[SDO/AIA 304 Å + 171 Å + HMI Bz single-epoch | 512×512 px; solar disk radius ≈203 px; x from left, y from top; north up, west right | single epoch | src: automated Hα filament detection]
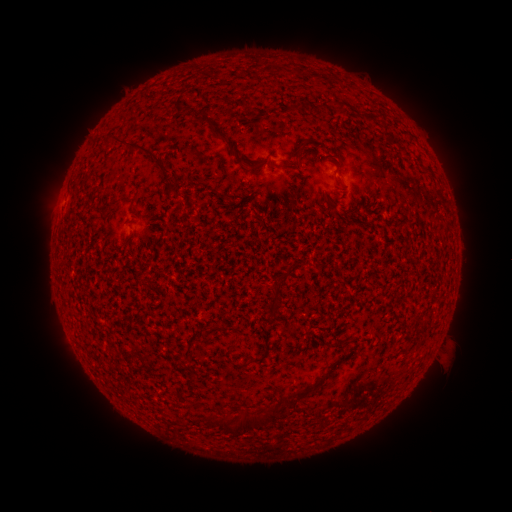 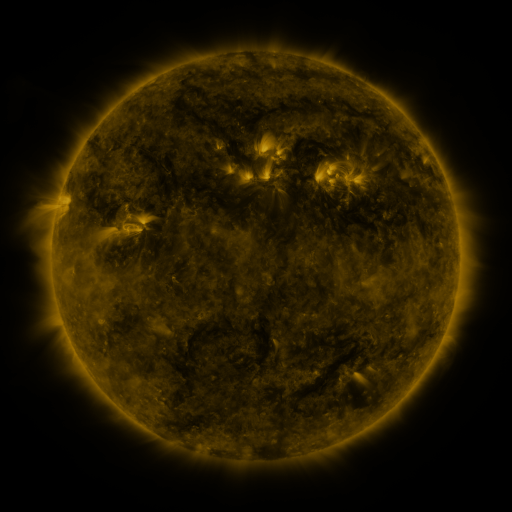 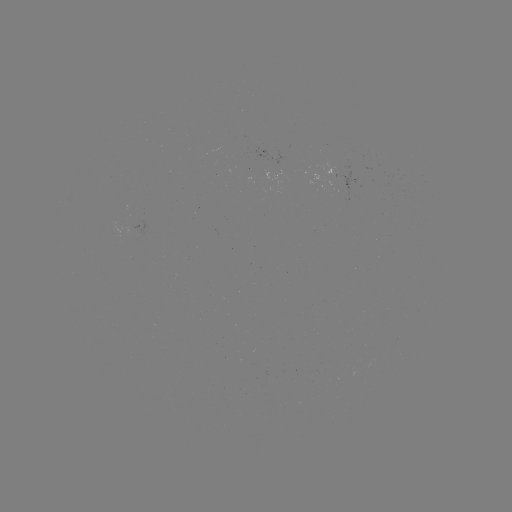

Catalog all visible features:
filament: [202, 113, 214, 124]
filament: [213, 124, 236, 157]
filament: [114, 133, 172, 173]
filament: [298, 143, 309, 152]
filament: [251, 162, 265, 171]
filament: [280, 164, 297, 171]
filament: [334, 178, 349, 190]
filament: [119, 193, 131, 202]
filament: [123, 231, 135, 244]
filament: [274, 270, 289, 284]
filament: [338, 340, 350, 346]
filament: [276, 390, 305, 407]
filament: [210, 413, 257, 436]
